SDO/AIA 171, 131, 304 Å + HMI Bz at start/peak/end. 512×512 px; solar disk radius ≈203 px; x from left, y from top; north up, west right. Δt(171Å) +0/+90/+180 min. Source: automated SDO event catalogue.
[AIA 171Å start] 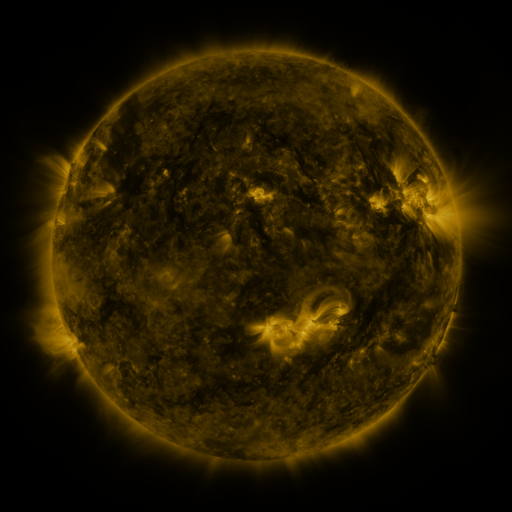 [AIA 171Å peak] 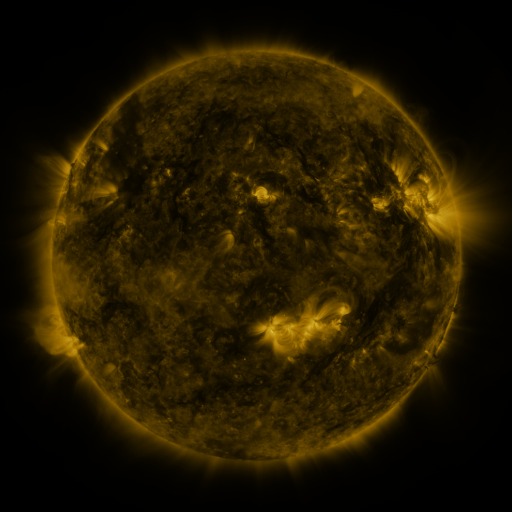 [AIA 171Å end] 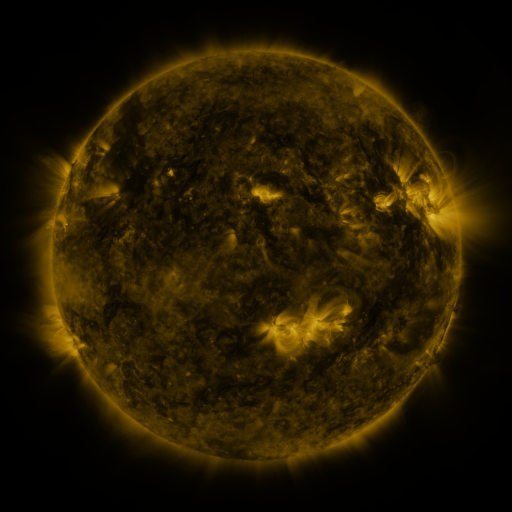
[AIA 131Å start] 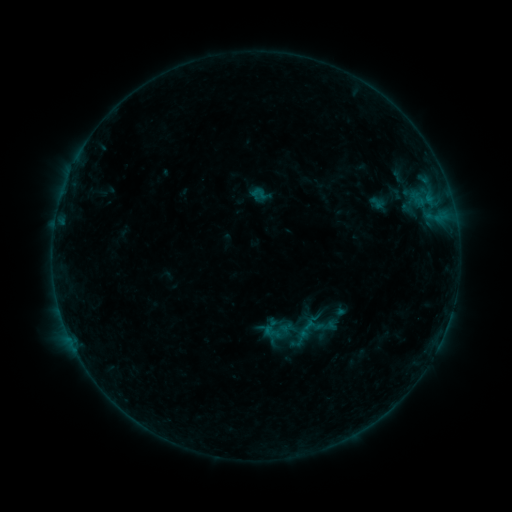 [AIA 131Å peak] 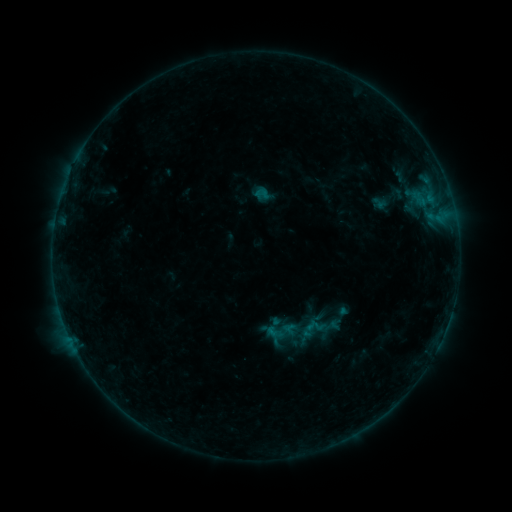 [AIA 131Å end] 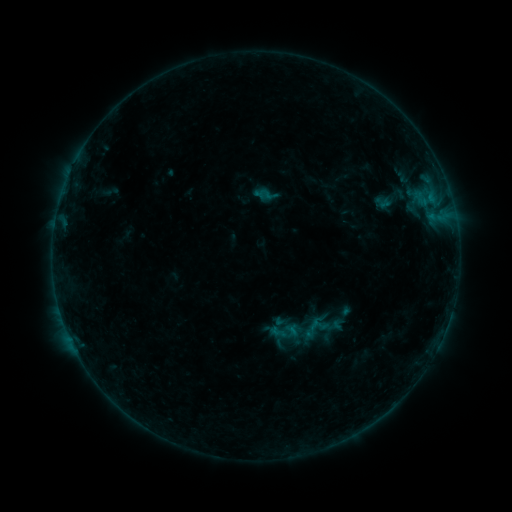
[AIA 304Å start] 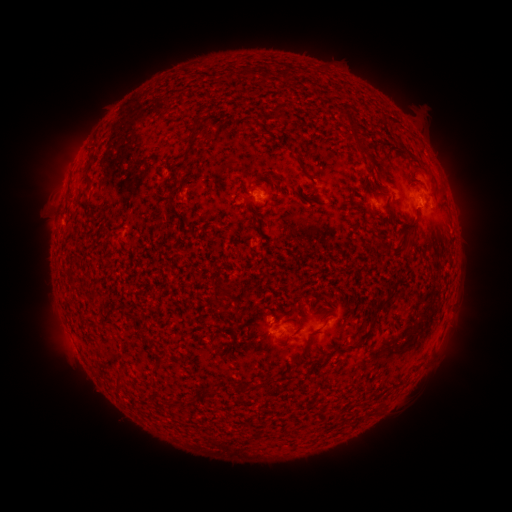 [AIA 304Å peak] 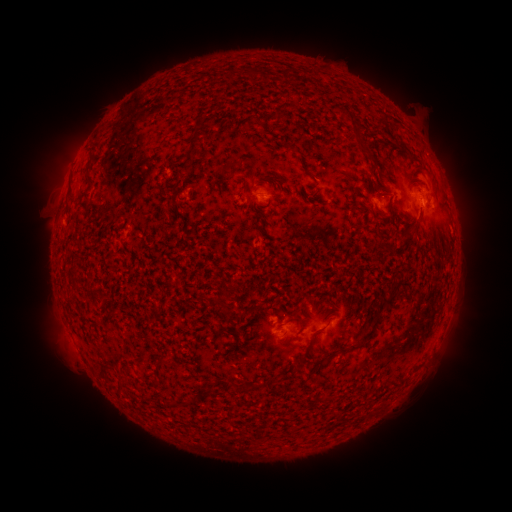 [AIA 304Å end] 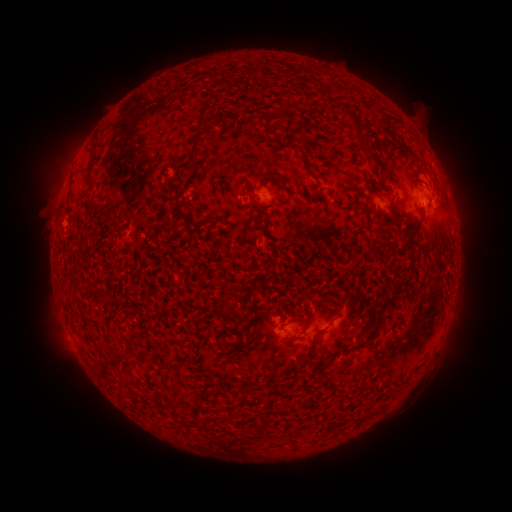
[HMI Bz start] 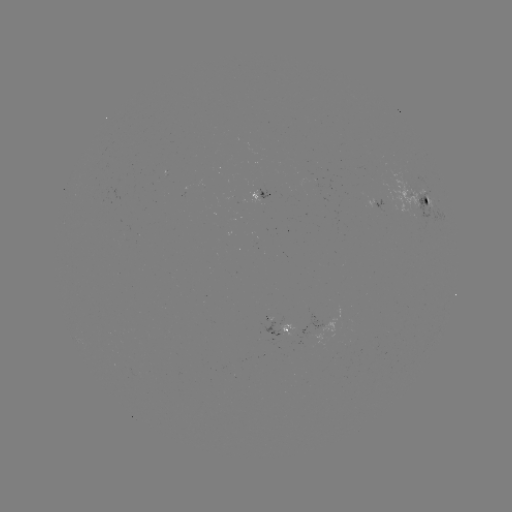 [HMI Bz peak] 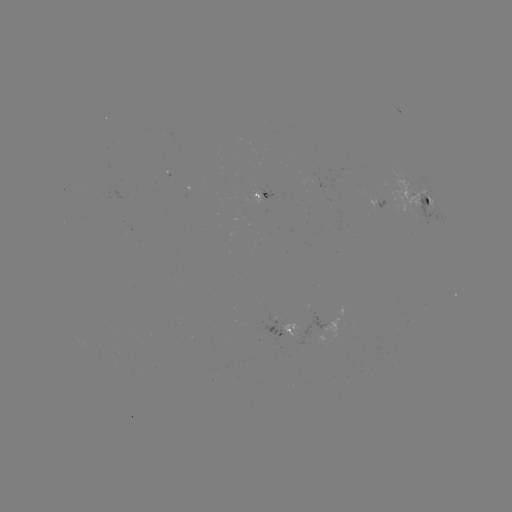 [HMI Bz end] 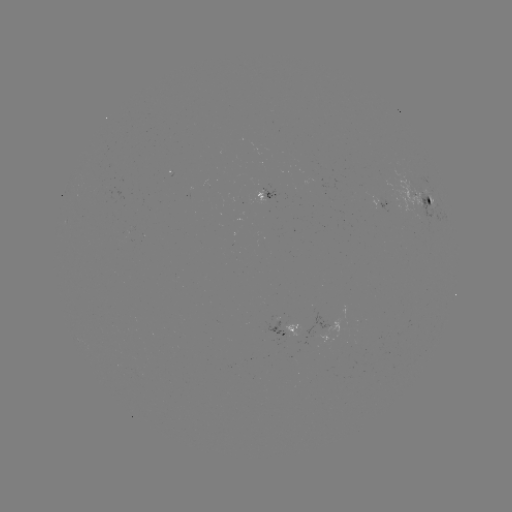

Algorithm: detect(filament eruption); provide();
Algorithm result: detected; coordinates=50,339